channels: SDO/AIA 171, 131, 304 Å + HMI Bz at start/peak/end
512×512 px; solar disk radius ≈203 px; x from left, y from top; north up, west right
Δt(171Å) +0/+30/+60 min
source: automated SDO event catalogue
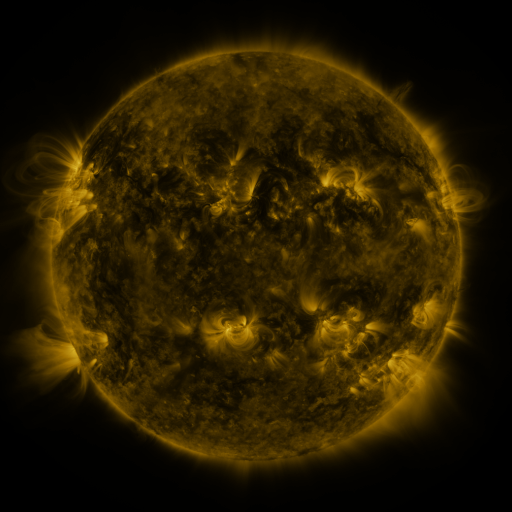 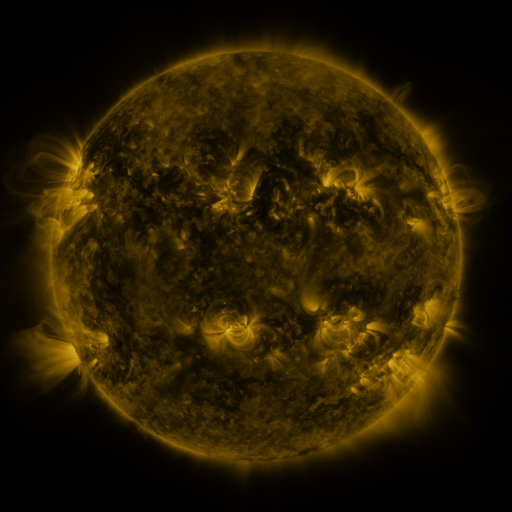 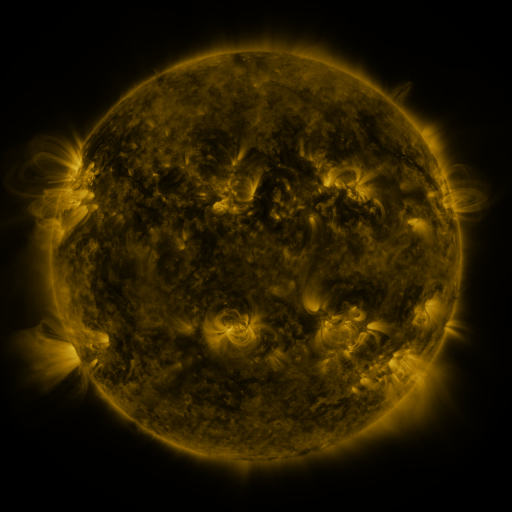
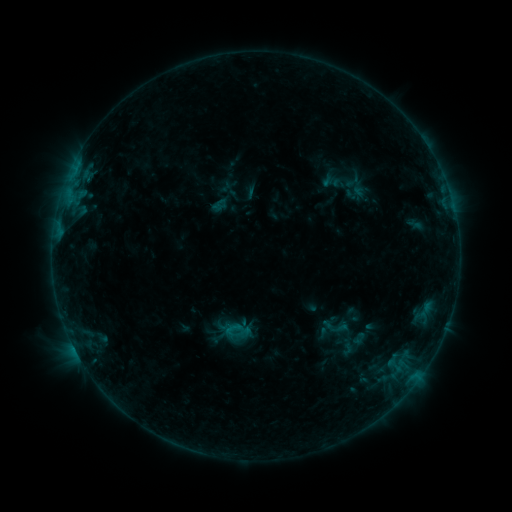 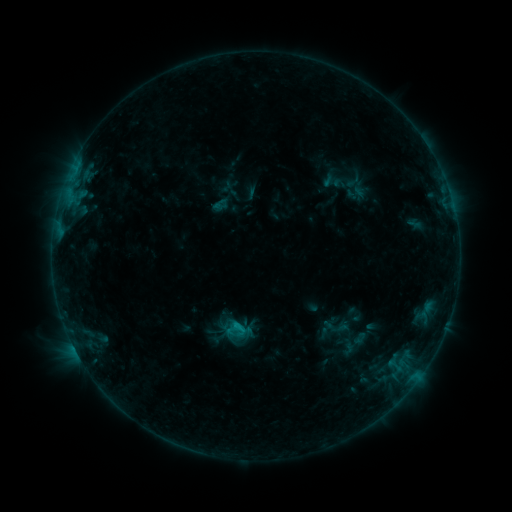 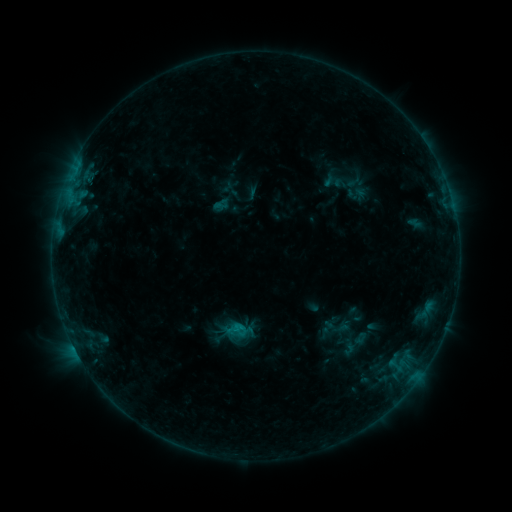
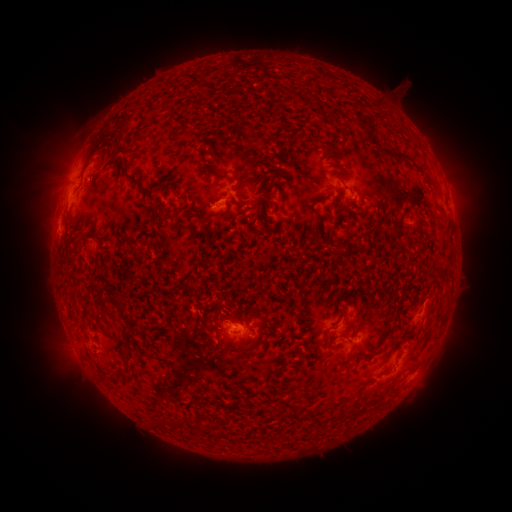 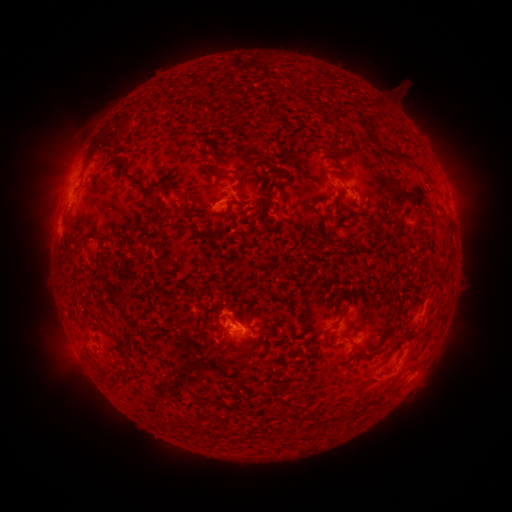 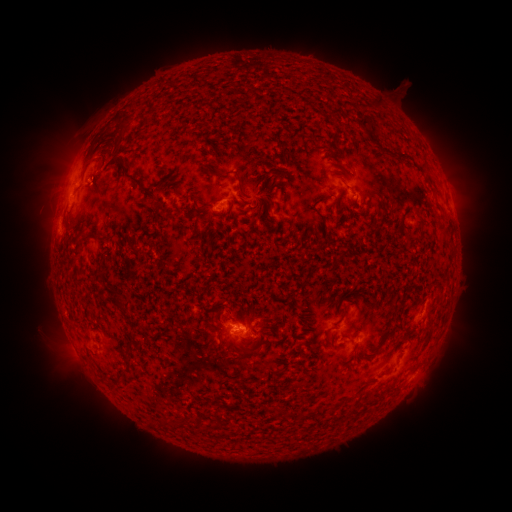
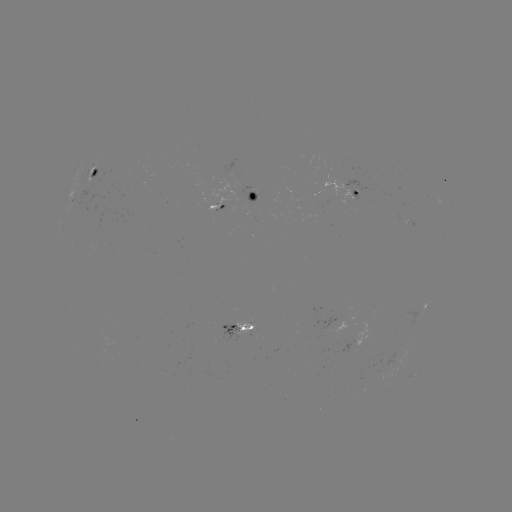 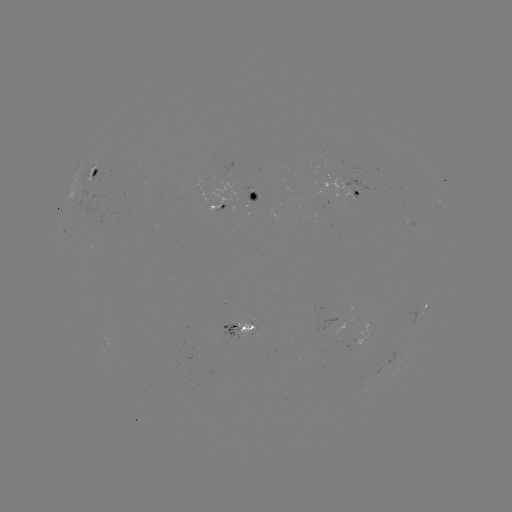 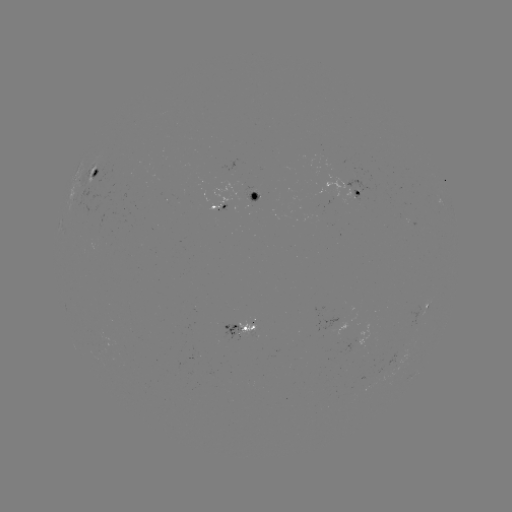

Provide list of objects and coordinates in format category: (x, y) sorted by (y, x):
B7.0 flare: (238, 323)
